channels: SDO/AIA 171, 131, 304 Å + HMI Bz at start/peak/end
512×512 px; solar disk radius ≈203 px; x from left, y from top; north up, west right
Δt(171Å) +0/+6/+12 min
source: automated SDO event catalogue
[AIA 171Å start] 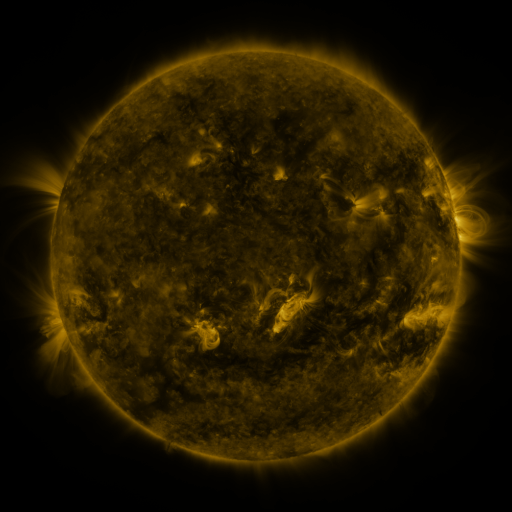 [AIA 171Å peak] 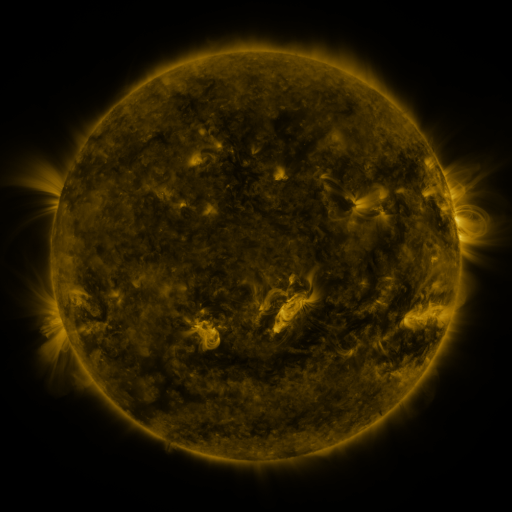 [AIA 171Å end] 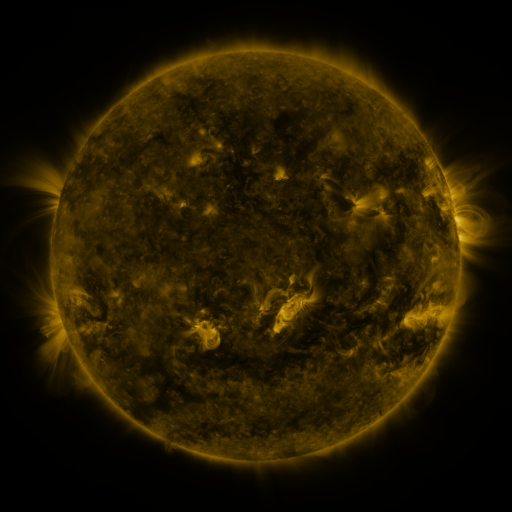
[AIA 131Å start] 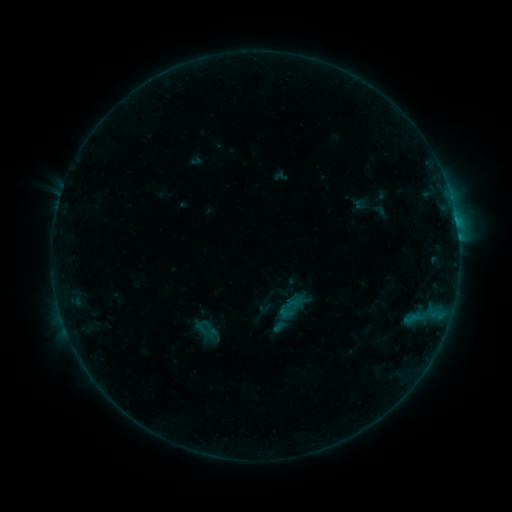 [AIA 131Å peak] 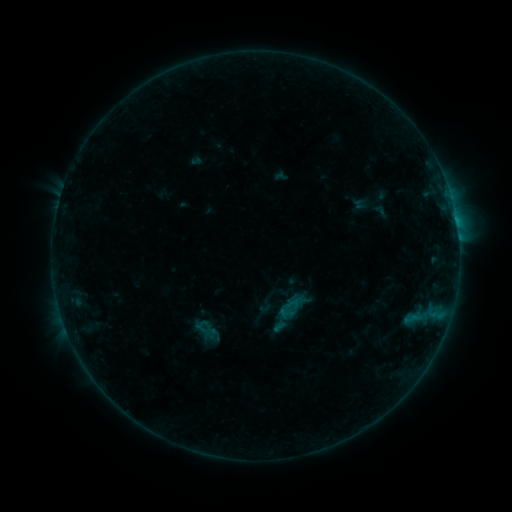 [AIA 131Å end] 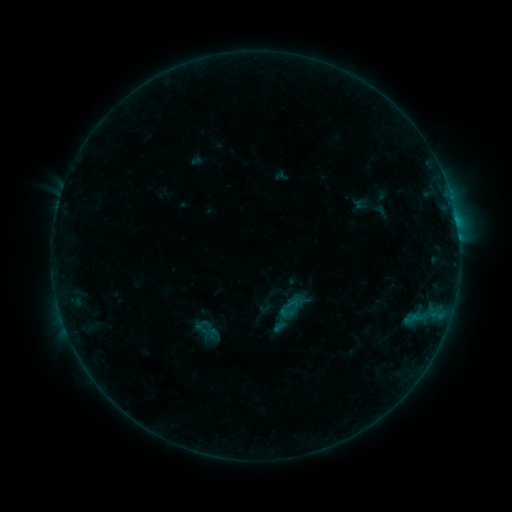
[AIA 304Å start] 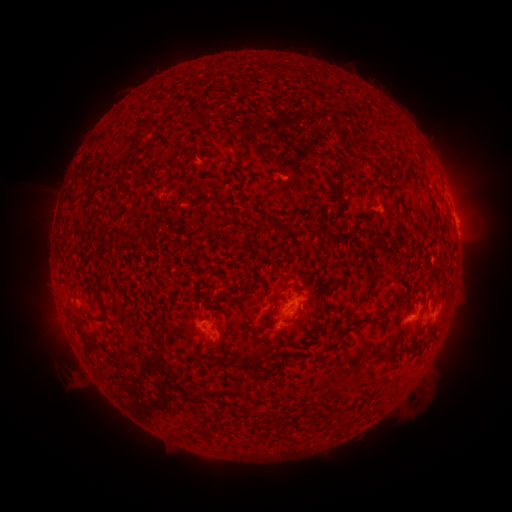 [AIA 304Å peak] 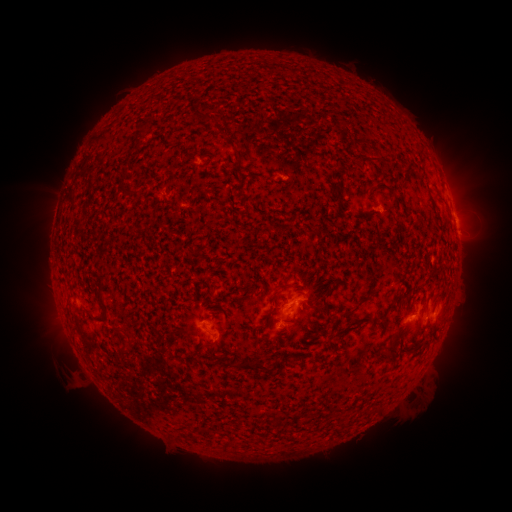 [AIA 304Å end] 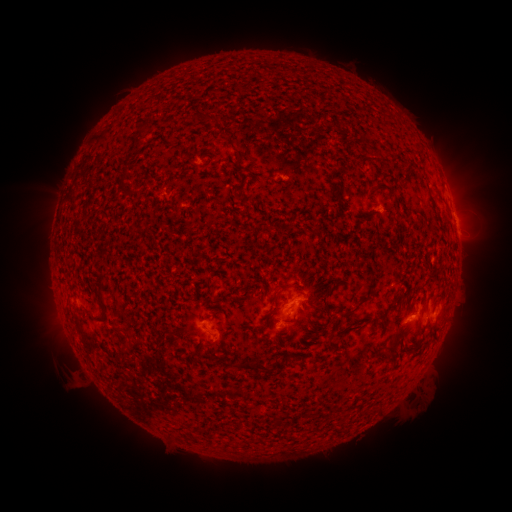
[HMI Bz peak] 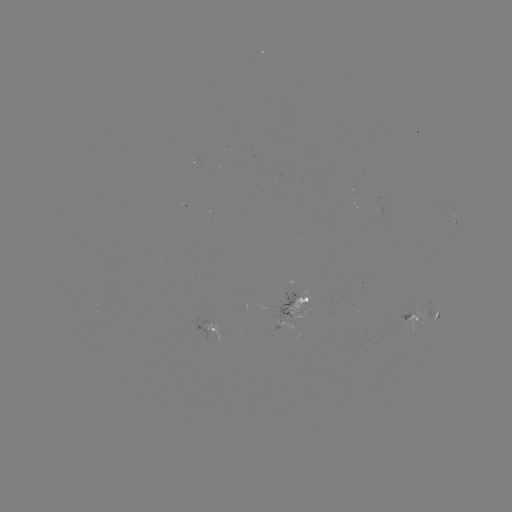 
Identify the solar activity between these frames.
no classed flare was catalogued and no EUV brightening was flagged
